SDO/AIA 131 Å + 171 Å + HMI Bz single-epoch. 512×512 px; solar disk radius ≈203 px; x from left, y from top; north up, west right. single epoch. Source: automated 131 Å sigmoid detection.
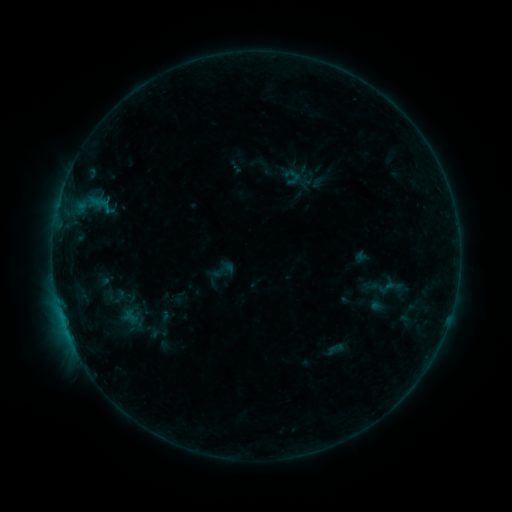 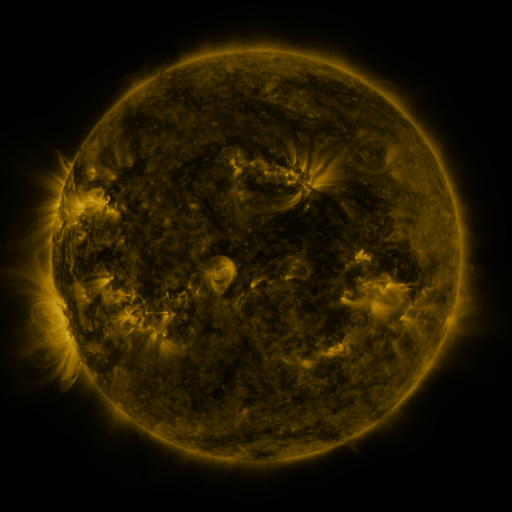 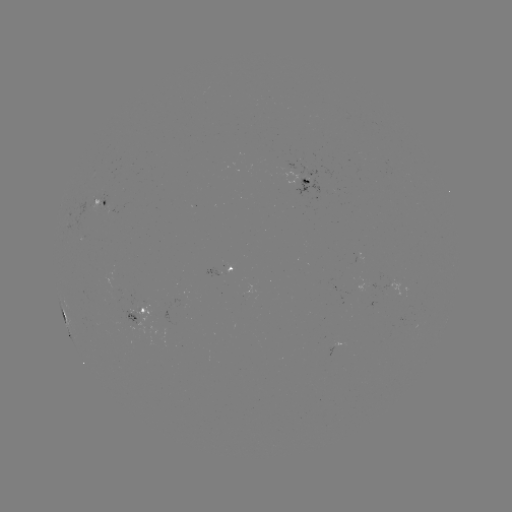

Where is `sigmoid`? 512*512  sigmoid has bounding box [383, 275, 402, 297].